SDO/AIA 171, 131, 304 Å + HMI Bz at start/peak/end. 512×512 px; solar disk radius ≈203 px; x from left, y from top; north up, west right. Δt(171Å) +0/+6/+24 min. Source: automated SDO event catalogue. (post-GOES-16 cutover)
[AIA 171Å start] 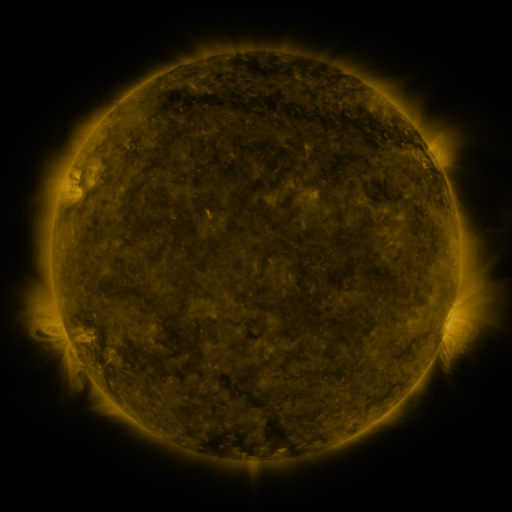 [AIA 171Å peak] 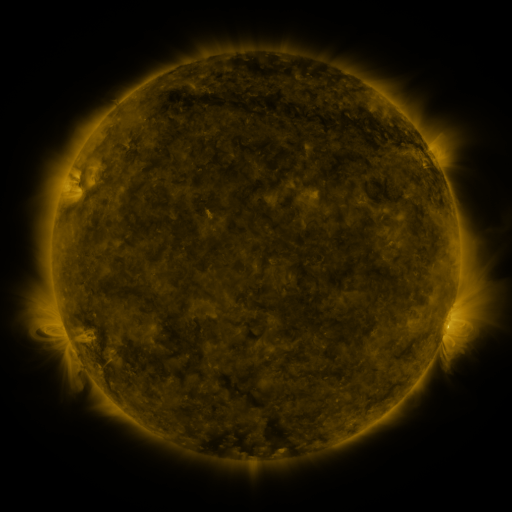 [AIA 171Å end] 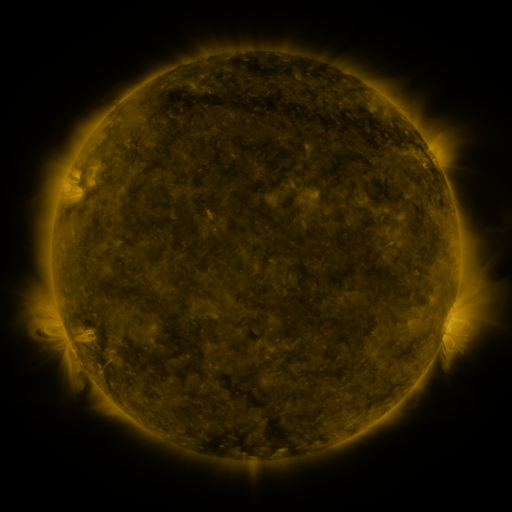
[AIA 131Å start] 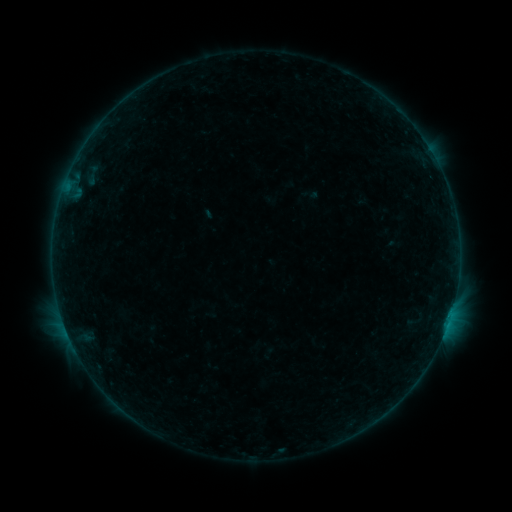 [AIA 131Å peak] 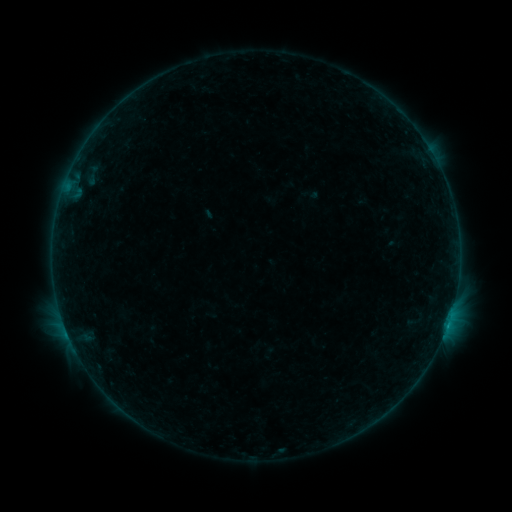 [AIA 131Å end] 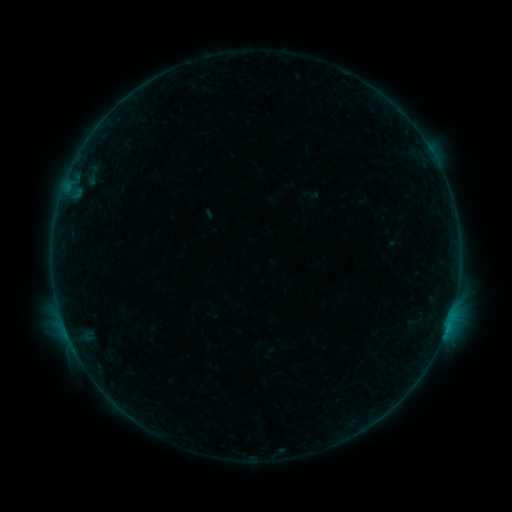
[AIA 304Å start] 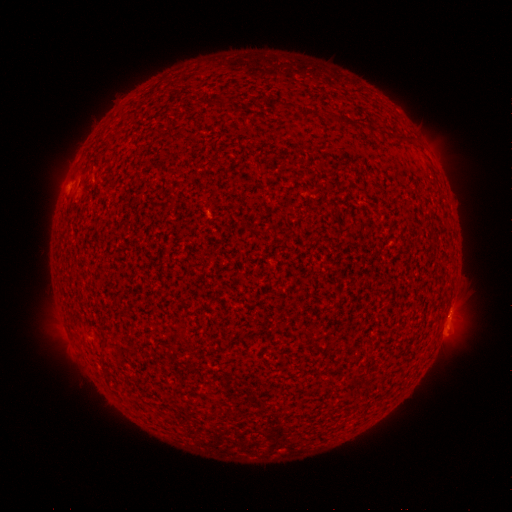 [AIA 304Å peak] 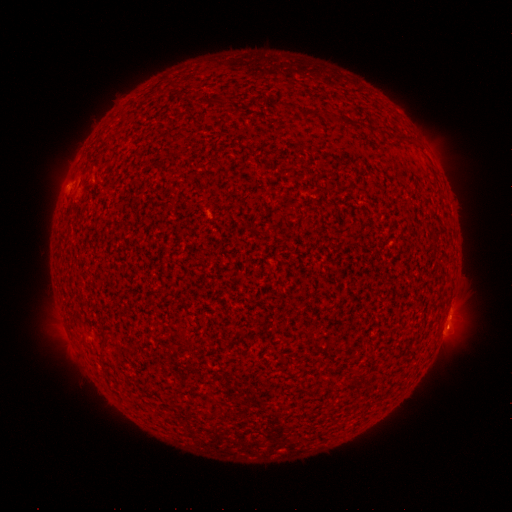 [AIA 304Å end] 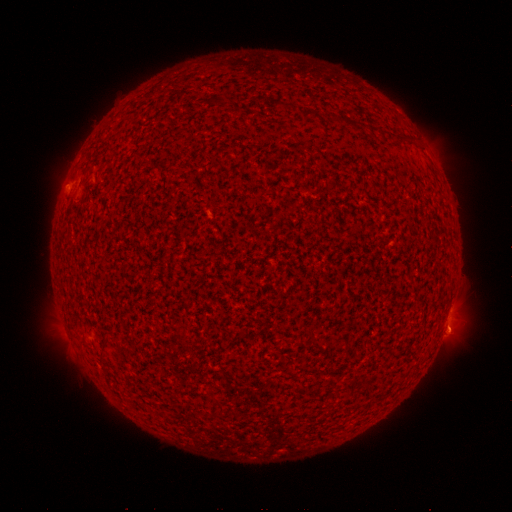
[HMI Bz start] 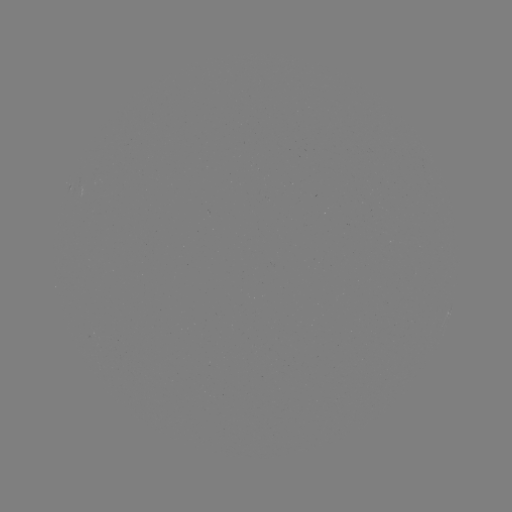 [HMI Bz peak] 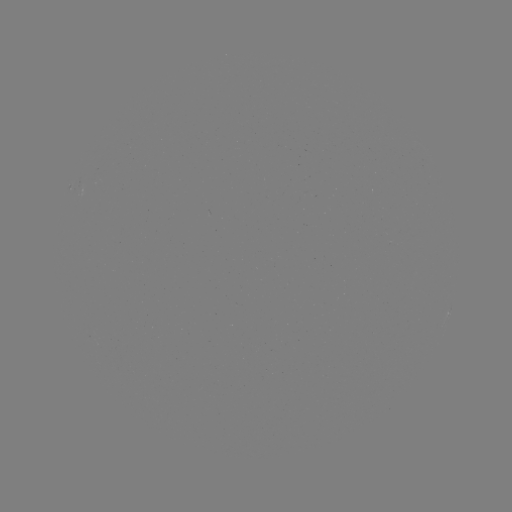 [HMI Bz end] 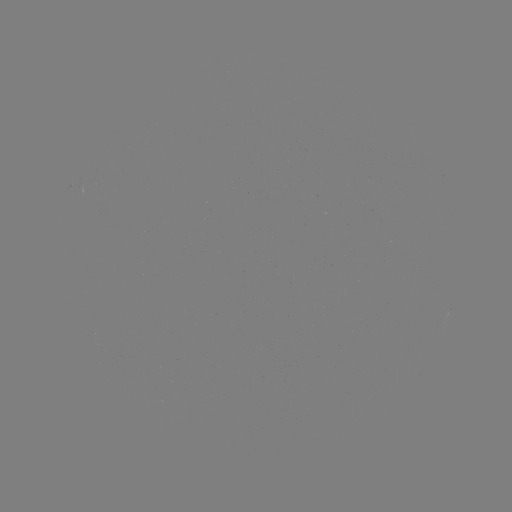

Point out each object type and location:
B5.2 flare: (447, 322)
